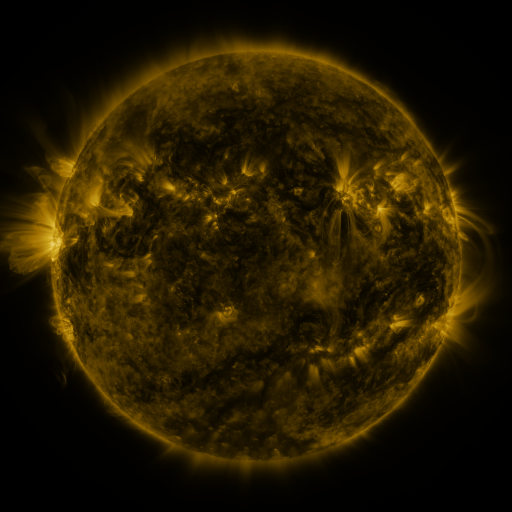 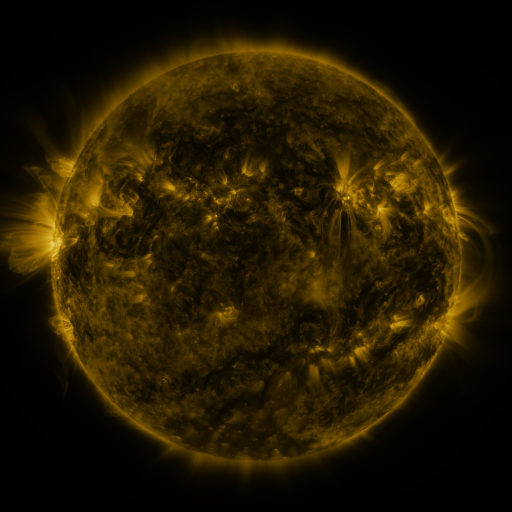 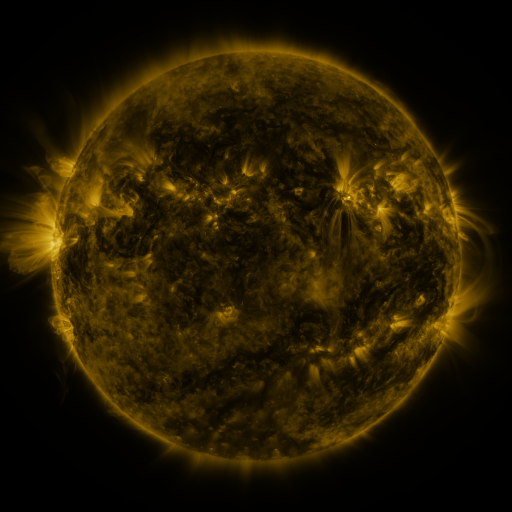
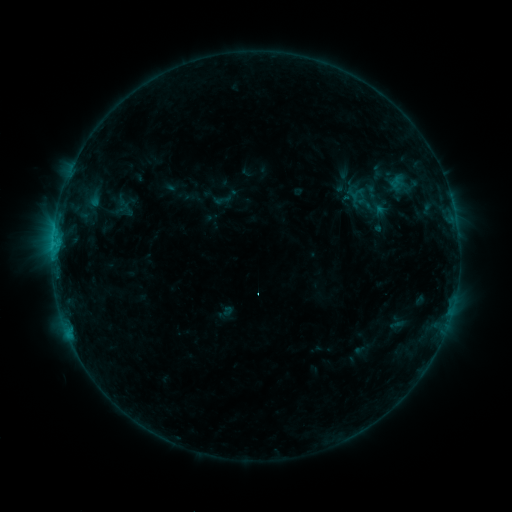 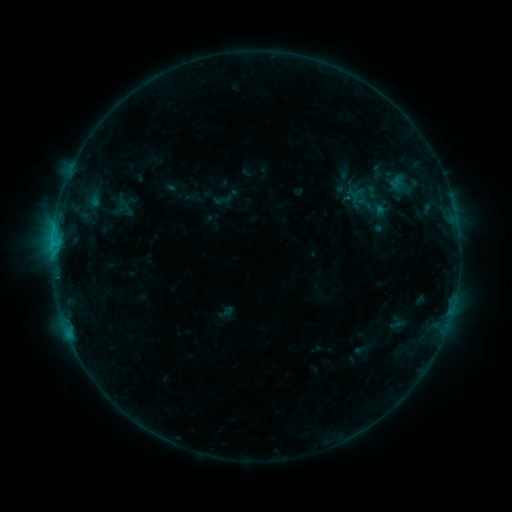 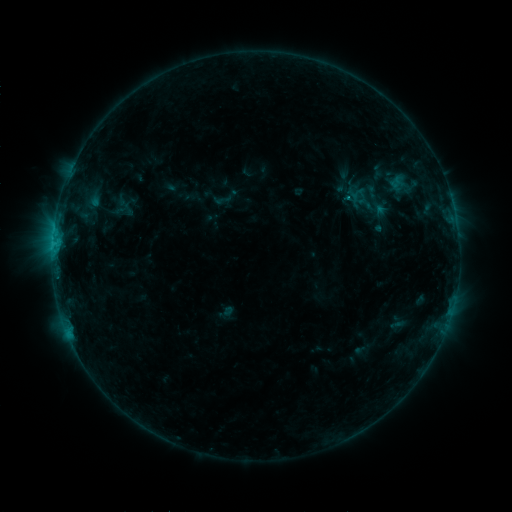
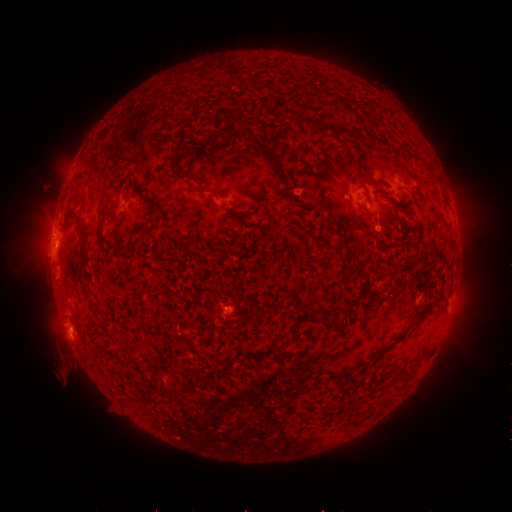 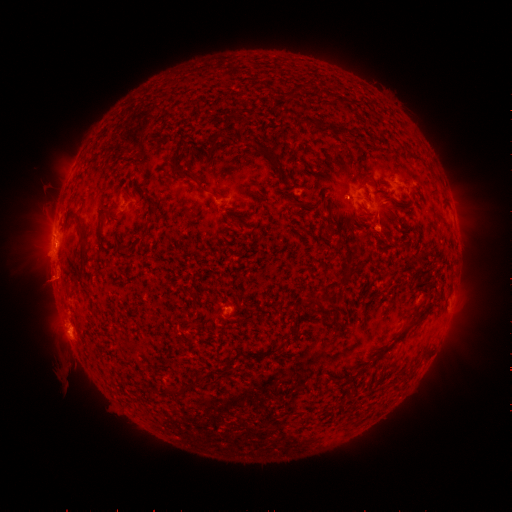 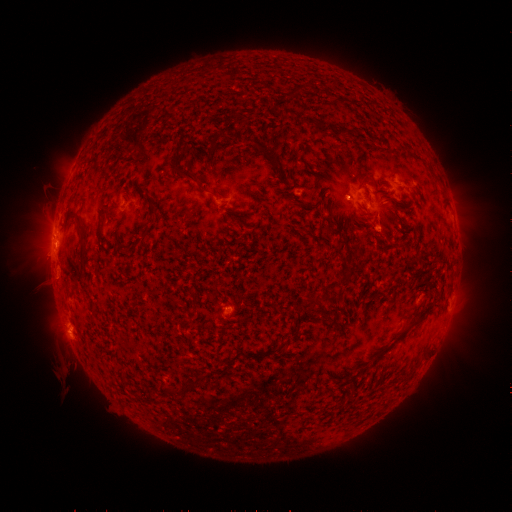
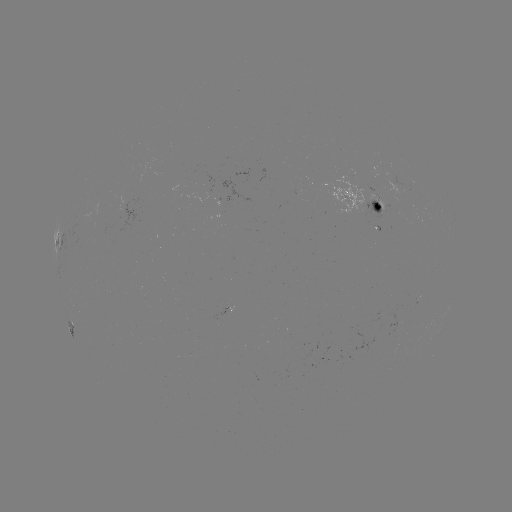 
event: flare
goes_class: C1.1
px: (348, 201)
